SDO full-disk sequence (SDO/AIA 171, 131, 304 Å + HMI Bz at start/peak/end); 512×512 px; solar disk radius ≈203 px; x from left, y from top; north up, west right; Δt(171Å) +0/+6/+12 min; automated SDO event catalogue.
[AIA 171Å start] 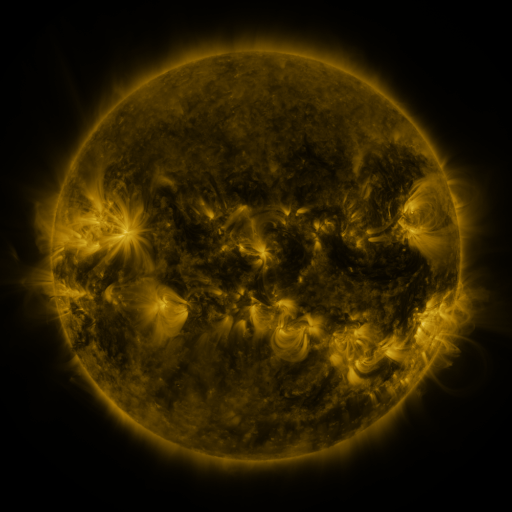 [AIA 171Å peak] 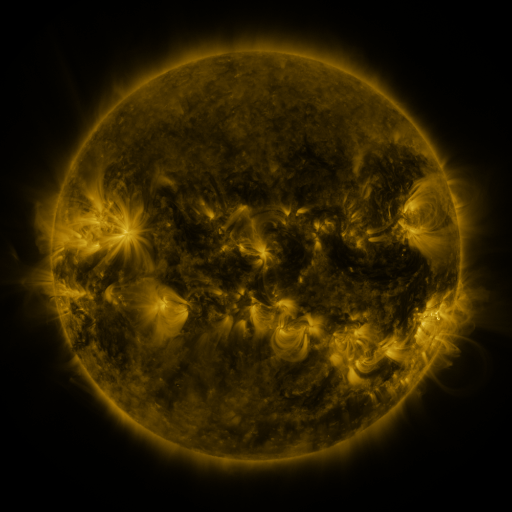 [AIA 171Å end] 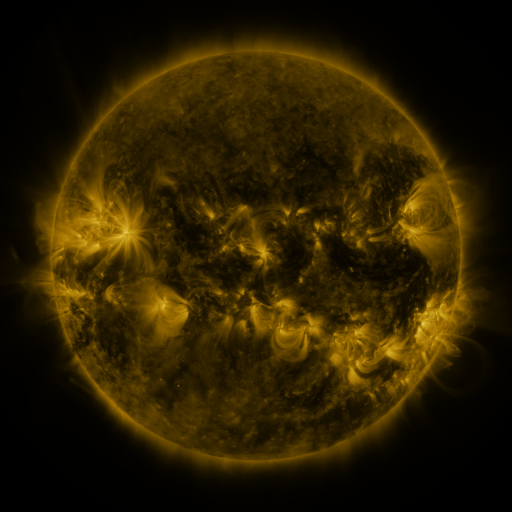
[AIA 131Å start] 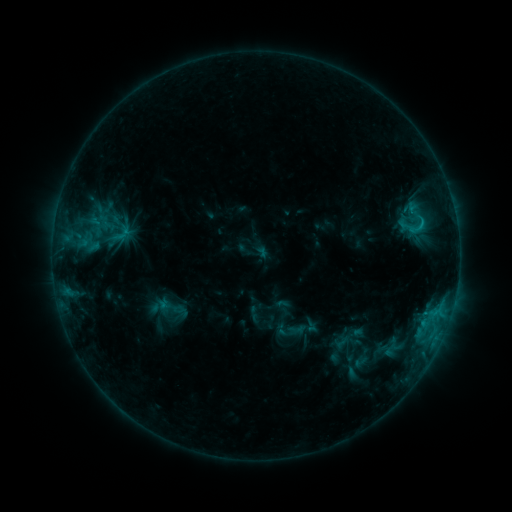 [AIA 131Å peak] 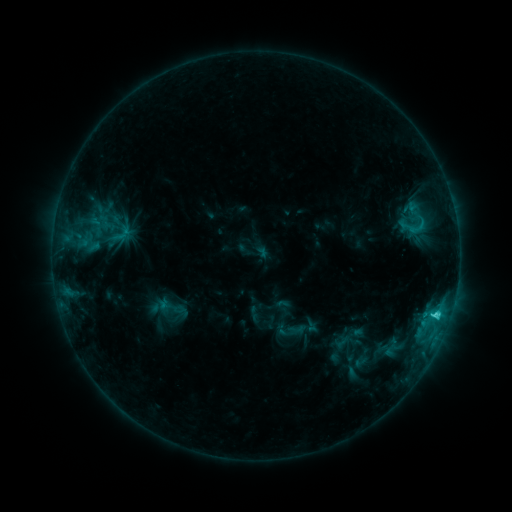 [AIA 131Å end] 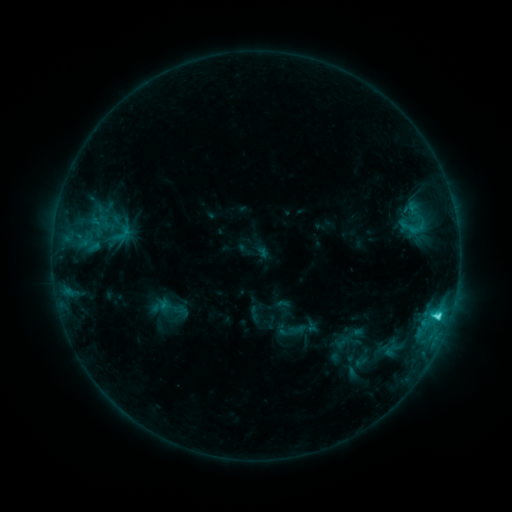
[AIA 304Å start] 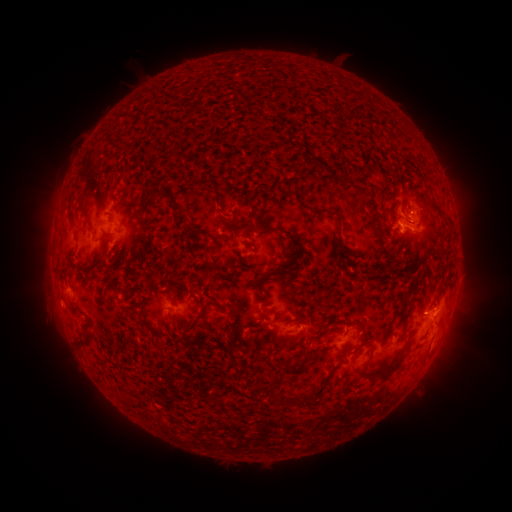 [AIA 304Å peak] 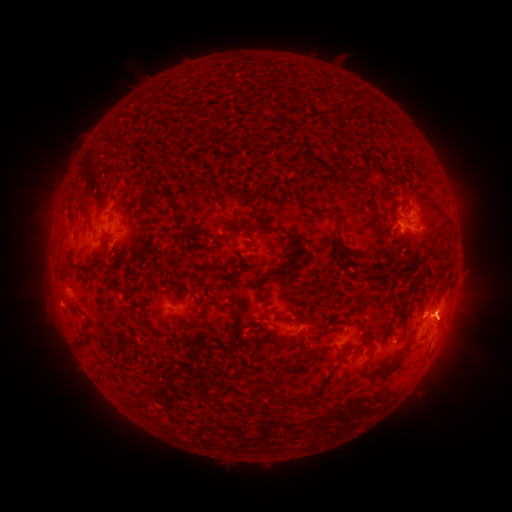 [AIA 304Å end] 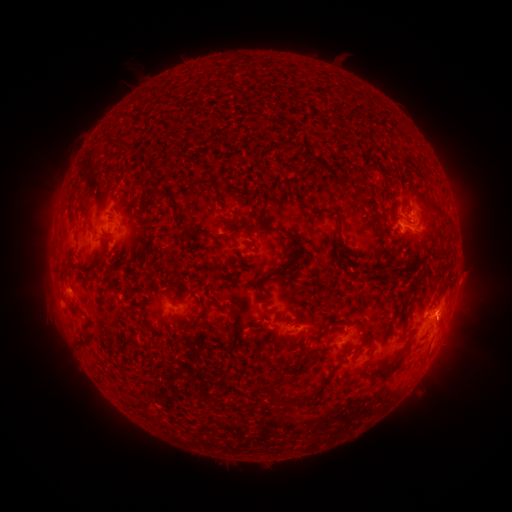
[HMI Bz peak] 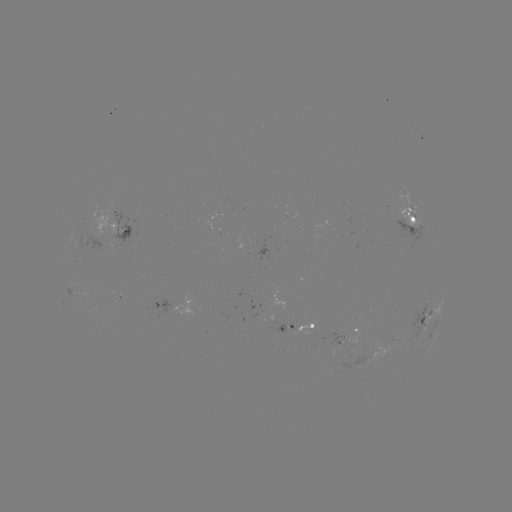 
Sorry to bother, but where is eruption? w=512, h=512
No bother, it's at [452, 322].